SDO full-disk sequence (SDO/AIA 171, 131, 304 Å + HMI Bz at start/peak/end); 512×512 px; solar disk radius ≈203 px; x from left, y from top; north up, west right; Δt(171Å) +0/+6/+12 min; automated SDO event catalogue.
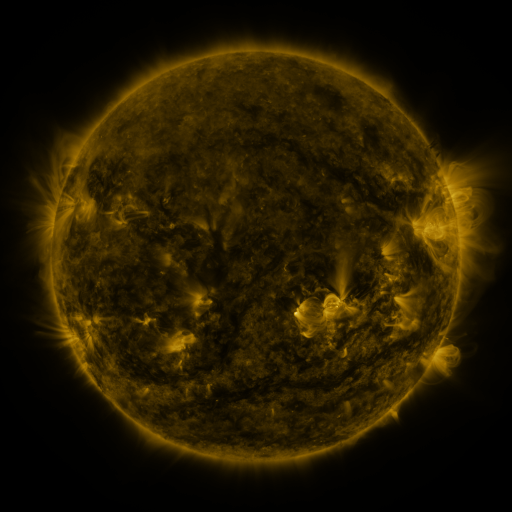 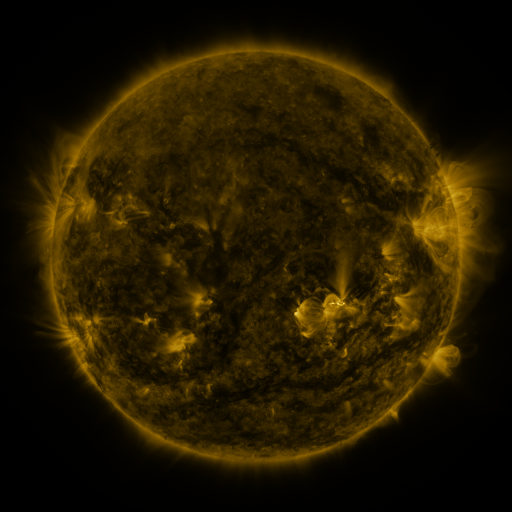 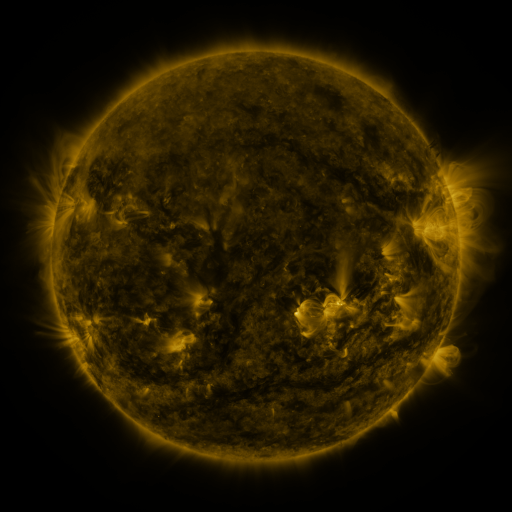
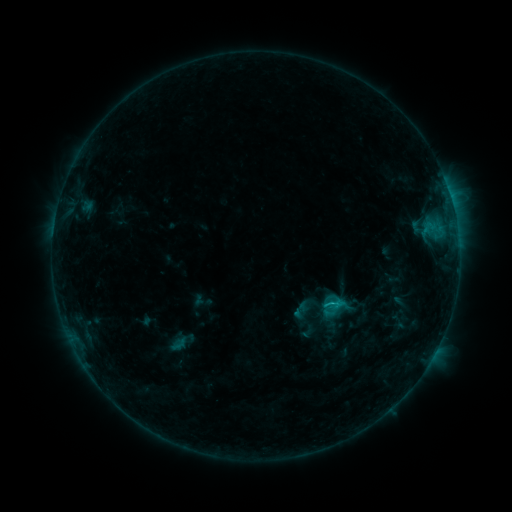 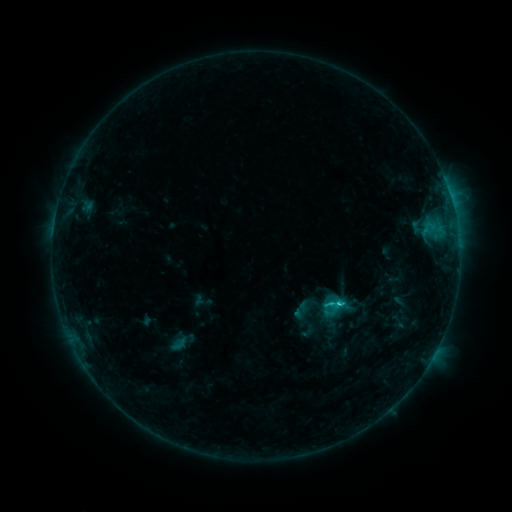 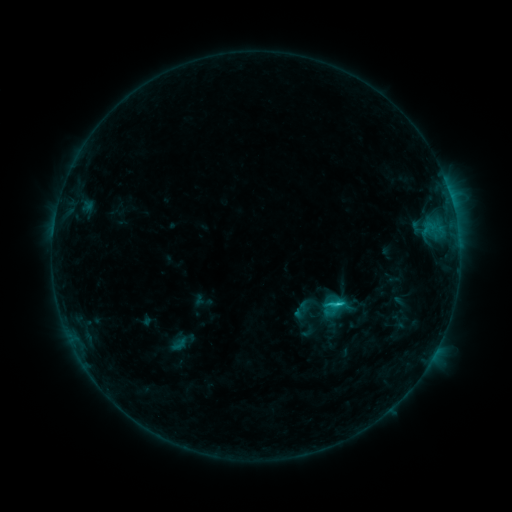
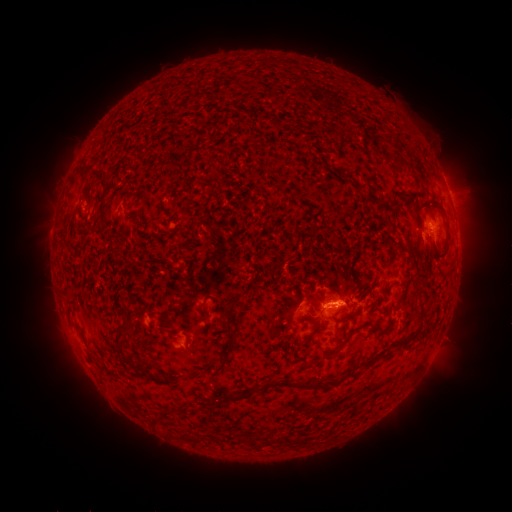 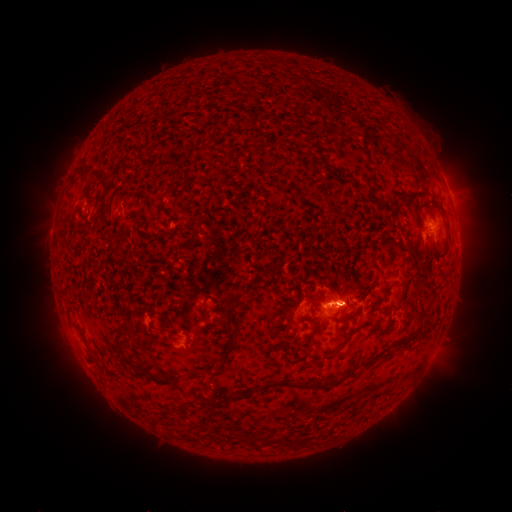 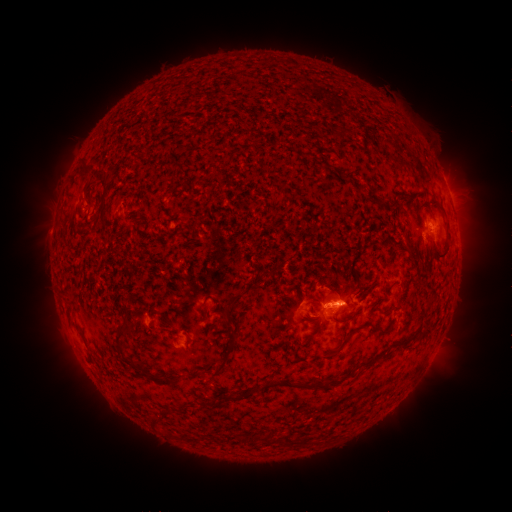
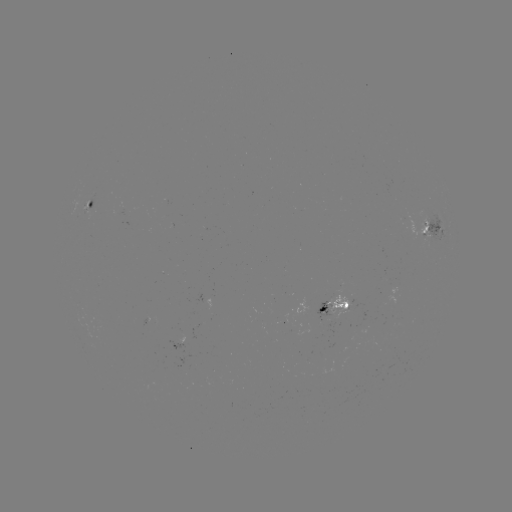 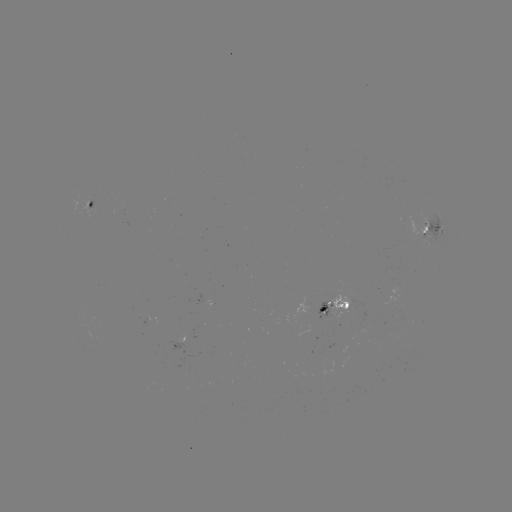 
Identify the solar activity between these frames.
C1.8 flare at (337, 302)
